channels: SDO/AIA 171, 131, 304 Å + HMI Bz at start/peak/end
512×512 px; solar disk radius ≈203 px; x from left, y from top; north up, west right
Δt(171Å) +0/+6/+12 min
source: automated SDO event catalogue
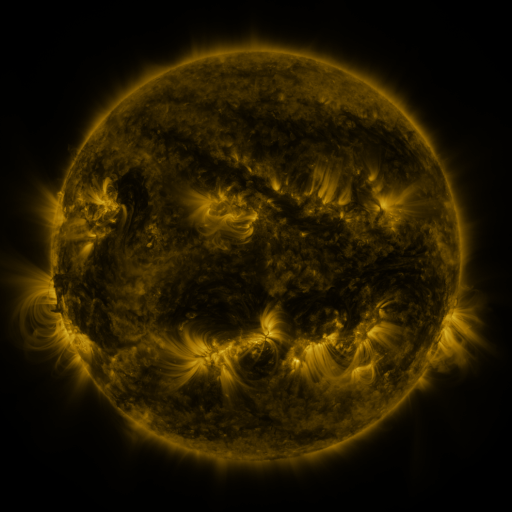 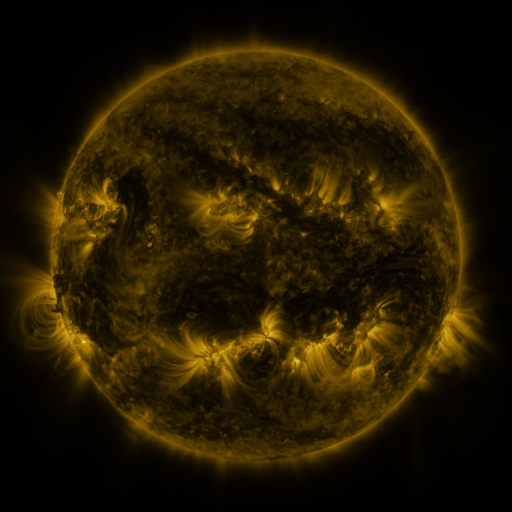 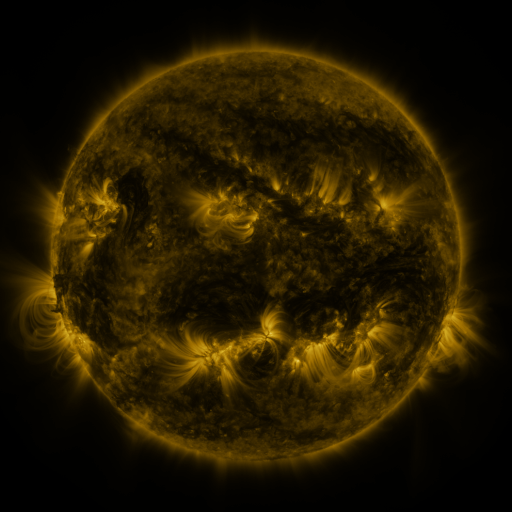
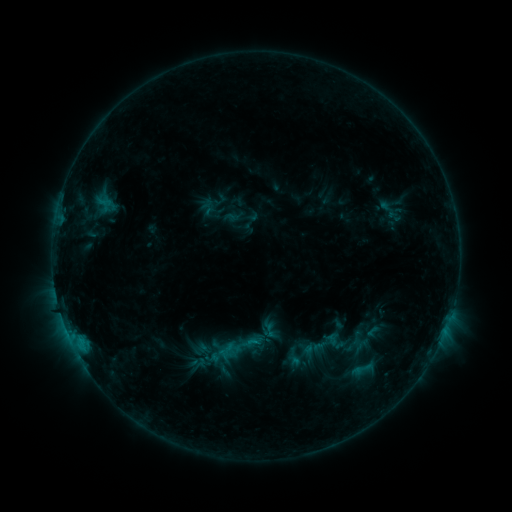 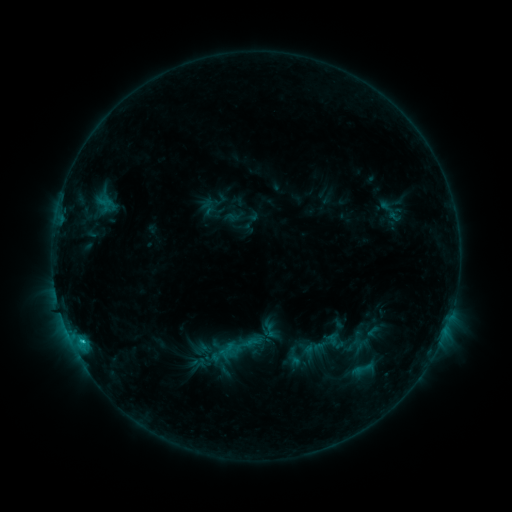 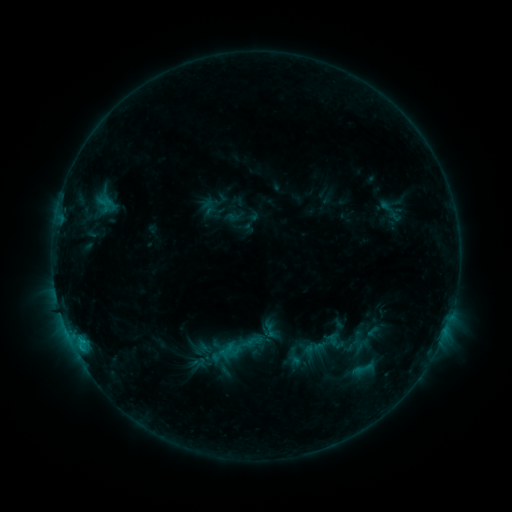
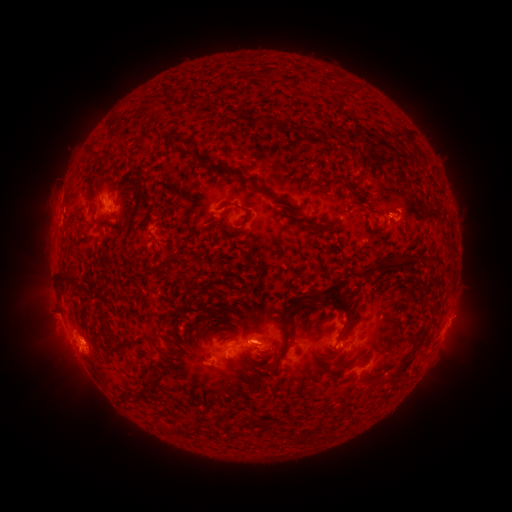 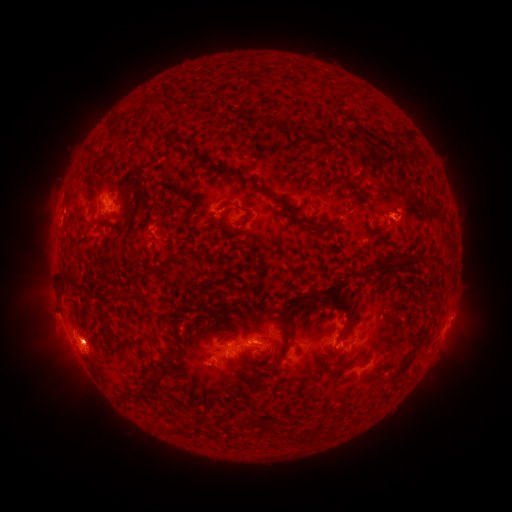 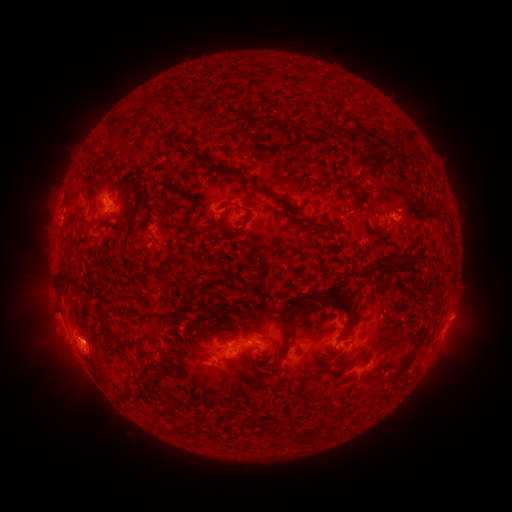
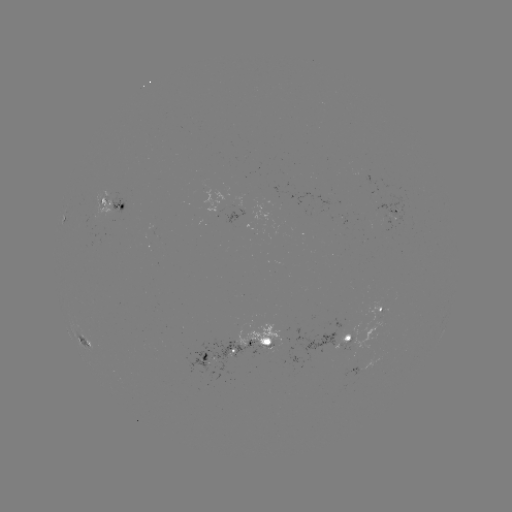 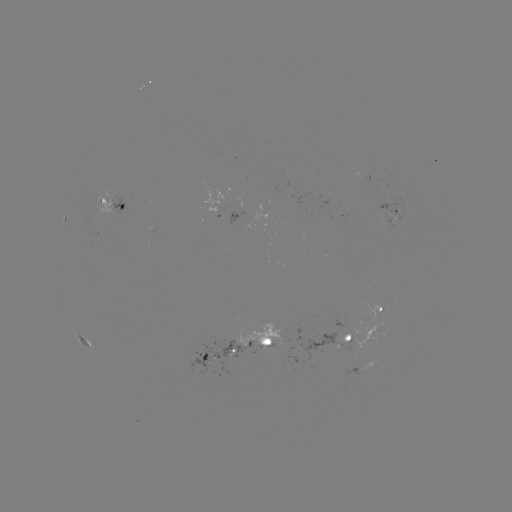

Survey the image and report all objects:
C1.0 flare: (83, 339)
